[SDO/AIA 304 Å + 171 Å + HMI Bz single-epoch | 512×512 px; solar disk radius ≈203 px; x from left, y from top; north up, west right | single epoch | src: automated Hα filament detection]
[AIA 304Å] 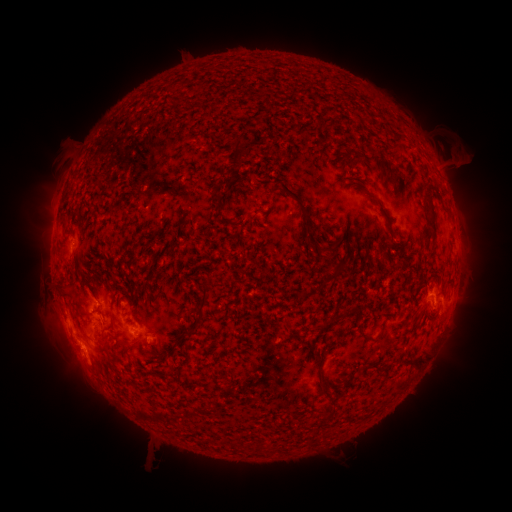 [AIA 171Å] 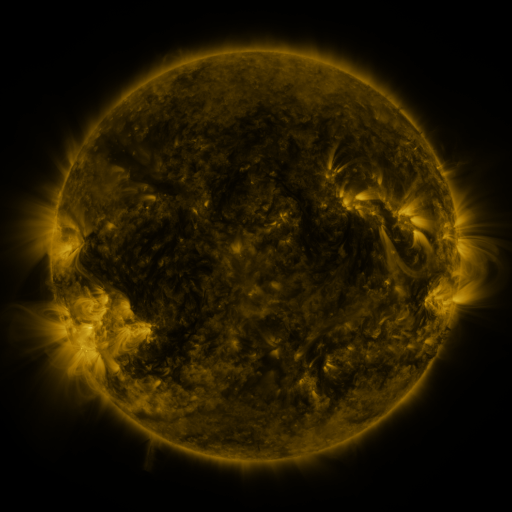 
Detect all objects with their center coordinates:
filament: <bbox>233, 139, 245, 166</bbox>
filament: <bbox>270, 187, 282, 195</bbox>
filament: <bbox>211, 190, 222, 202</bbox>
filament: <bbox>364, 192, 377, 203</bbox>
filament: <bbox>424, 194, 437, 246</bbox>
filament: <bbox>293, 195, 309, 216</bbox>
filament: <bbox>326, 244, 336, 252</bbox>
filament: <bbox>197, 275, 213, 315</bbox>
filament: <bbox>109, 313, 116, 331</bbox>
filament: <bbox>180, 329, 191, 336</bbox>
filament: <bbox>125, 340, 137, 348</bbox>
filament: <bbox>410, 362, 420, 372</bbox>
filament: <bbox>369, 363, 388, 380</bbox>
filament: <bbox>315, 370, 324, 392</bbox>
